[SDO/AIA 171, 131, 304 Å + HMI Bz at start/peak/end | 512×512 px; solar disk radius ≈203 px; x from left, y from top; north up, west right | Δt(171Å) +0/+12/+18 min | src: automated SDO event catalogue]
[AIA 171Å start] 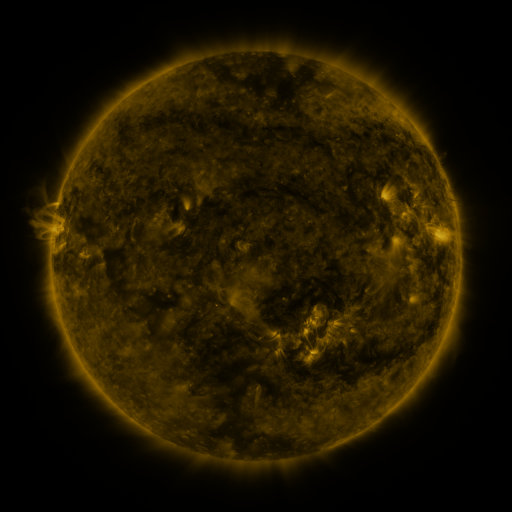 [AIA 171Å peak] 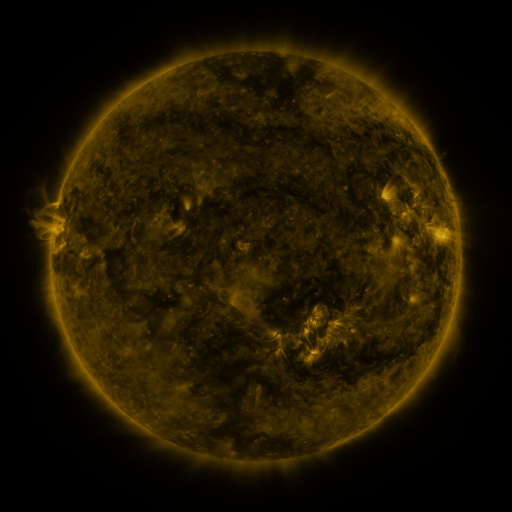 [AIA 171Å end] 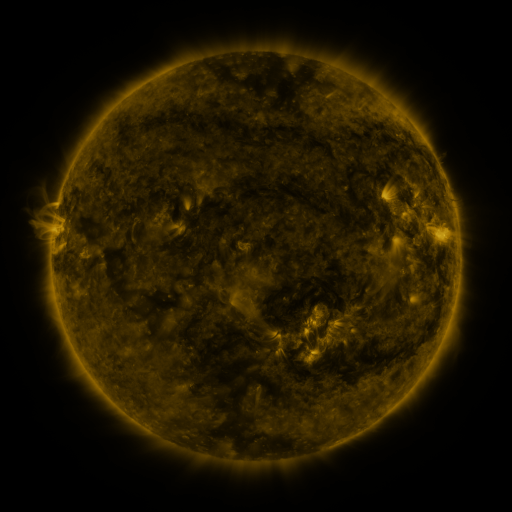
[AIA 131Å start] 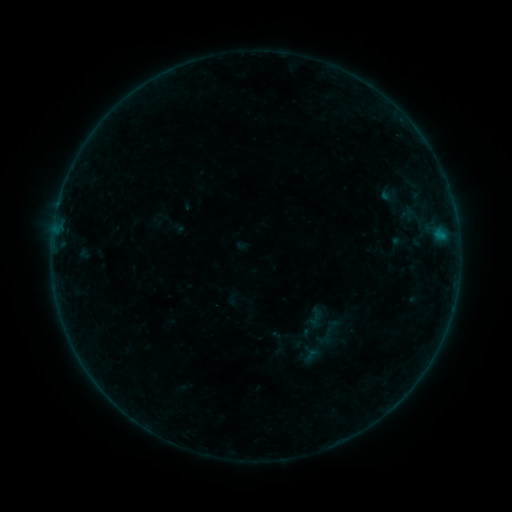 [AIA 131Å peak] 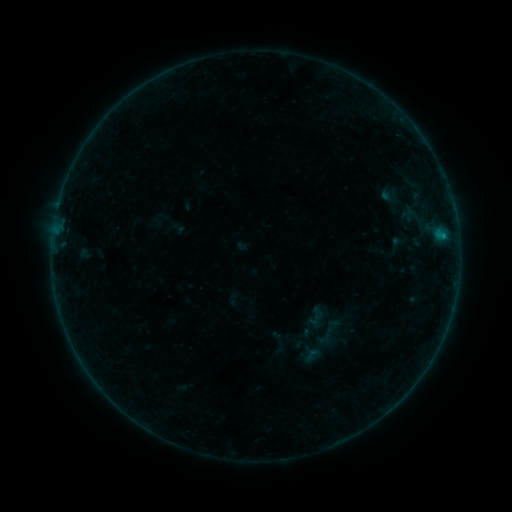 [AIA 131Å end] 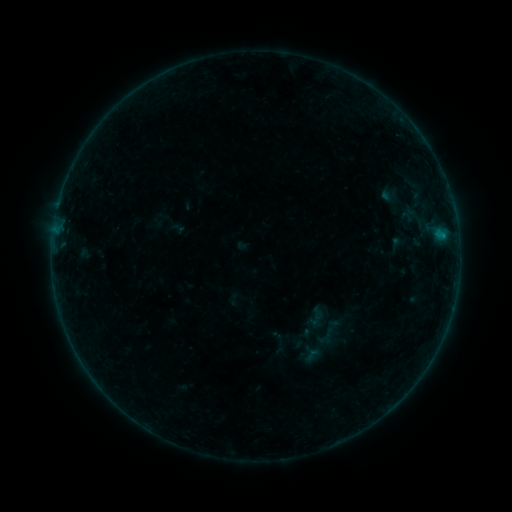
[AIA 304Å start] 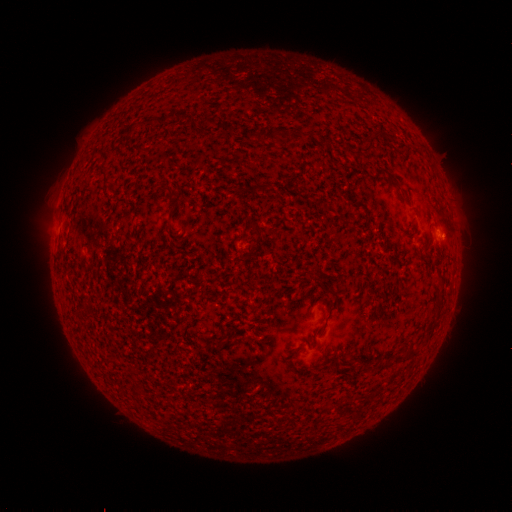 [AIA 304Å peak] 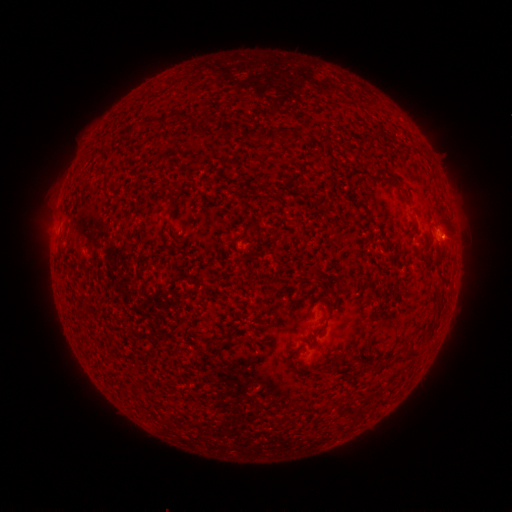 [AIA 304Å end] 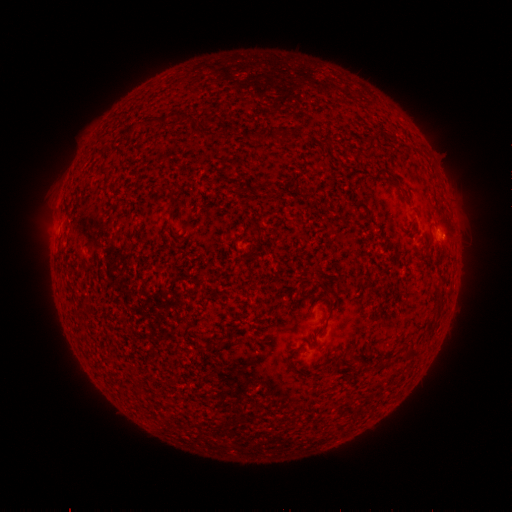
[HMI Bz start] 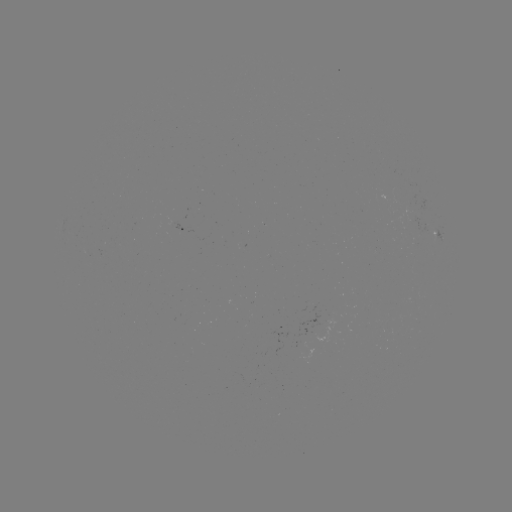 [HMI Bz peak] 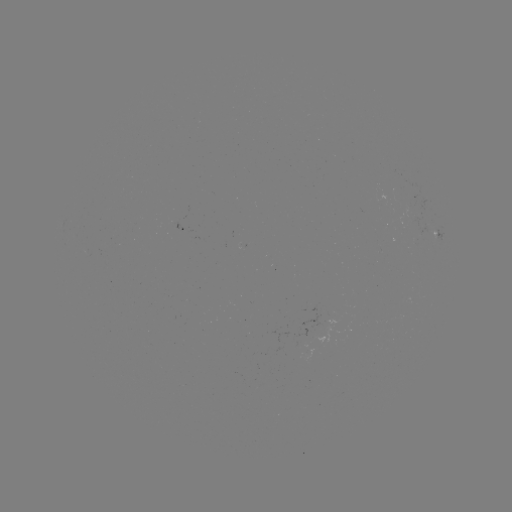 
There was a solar flare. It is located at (443, 239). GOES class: B1.5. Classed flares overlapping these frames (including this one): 1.